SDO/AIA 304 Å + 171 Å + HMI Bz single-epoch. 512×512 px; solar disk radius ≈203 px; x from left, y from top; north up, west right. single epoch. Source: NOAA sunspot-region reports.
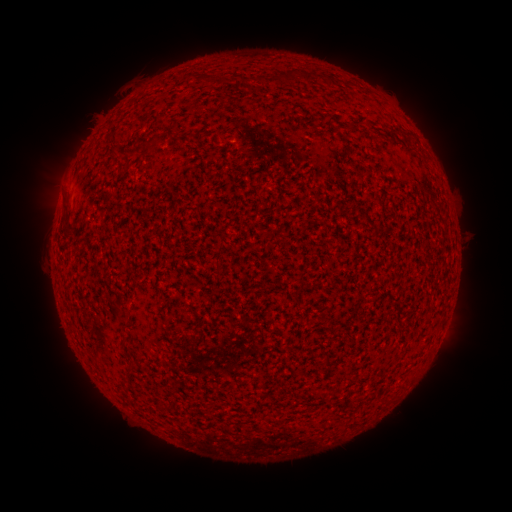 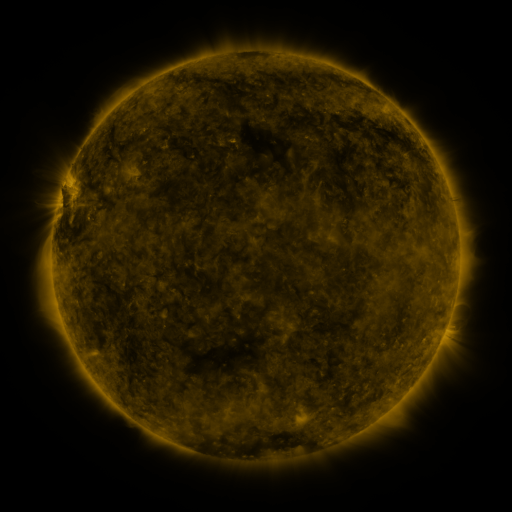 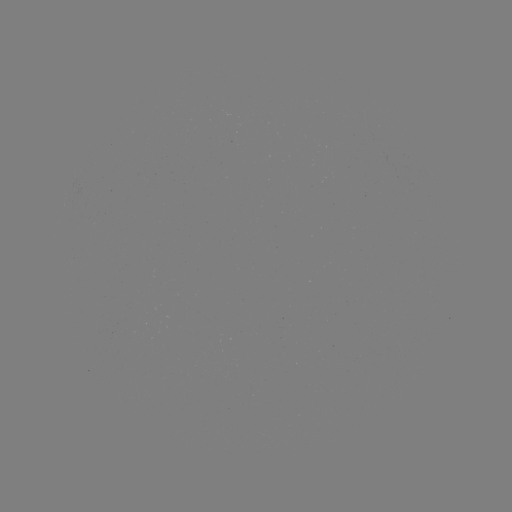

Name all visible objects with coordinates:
(none)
